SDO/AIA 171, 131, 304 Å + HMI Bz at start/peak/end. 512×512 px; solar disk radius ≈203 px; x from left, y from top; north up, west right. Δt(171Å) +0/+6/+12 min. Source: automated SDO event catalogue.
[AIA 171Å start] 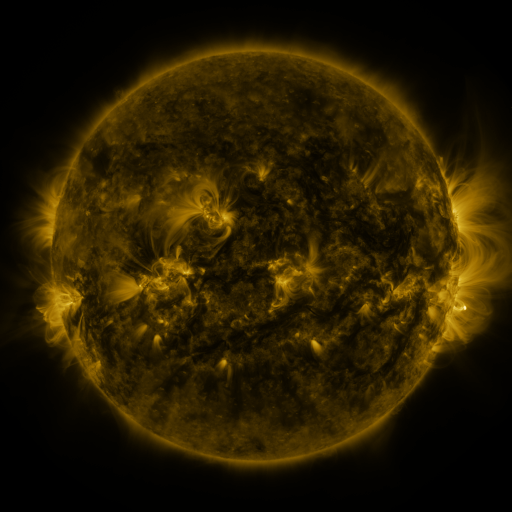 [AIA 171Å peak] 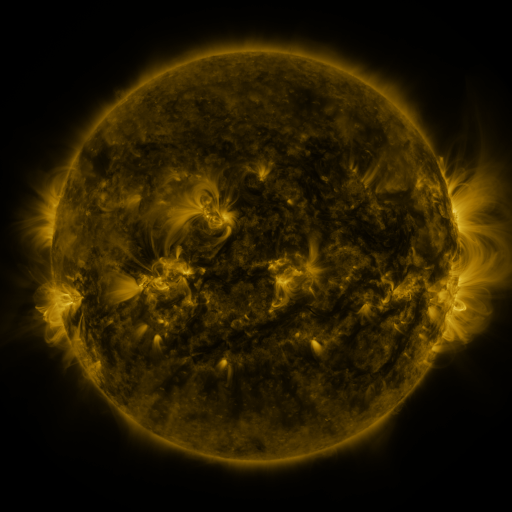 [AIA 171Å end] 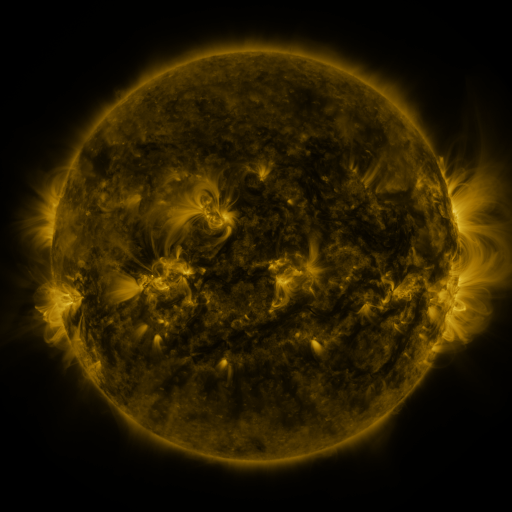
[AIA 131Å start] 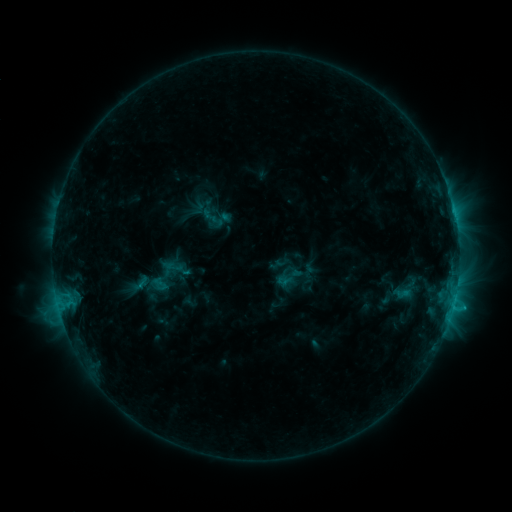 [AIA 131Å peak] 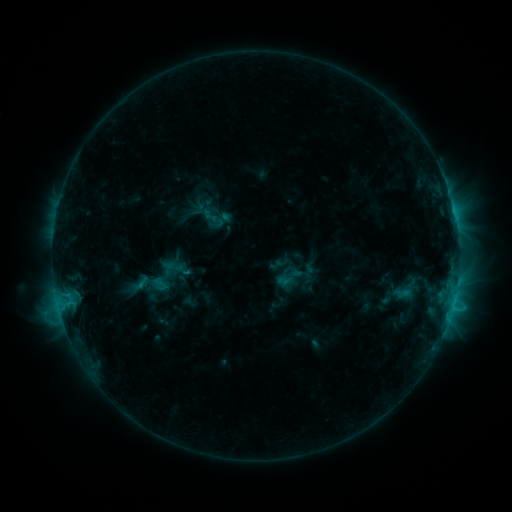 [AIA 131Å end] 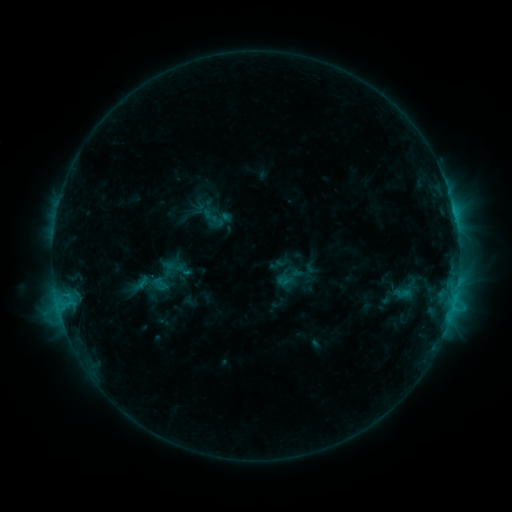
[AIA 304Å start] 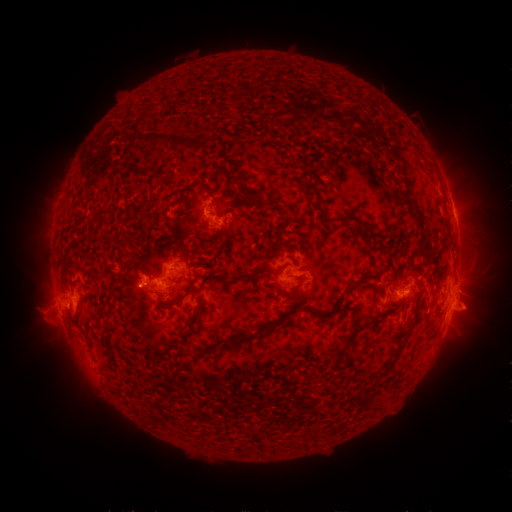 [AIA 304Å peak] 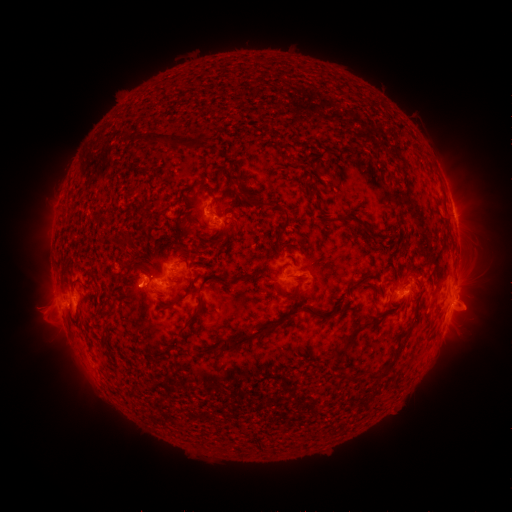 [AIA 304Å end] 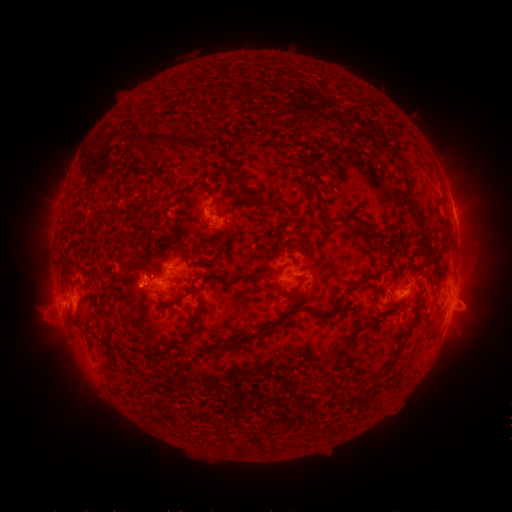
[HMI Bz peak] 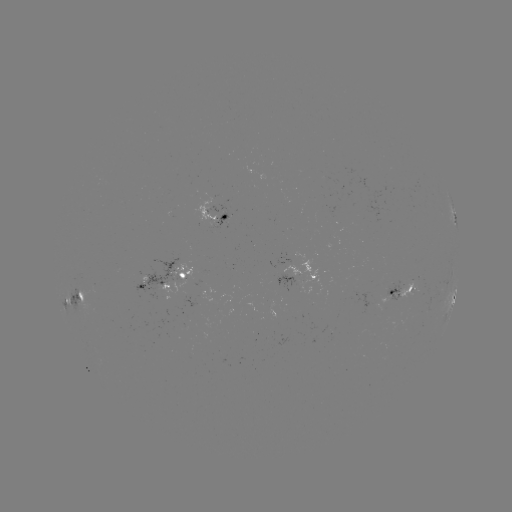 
no flare in any classed list; no EUV-trigger detection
